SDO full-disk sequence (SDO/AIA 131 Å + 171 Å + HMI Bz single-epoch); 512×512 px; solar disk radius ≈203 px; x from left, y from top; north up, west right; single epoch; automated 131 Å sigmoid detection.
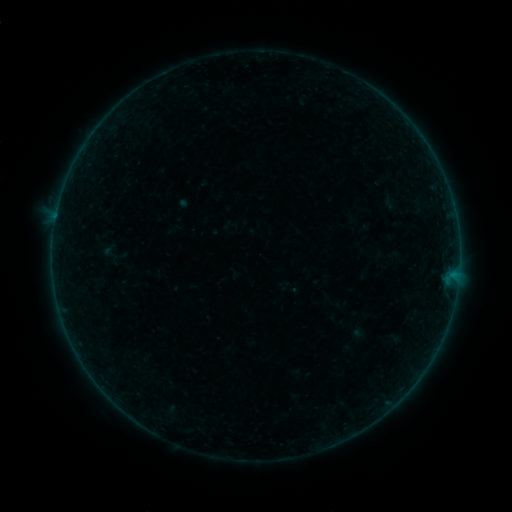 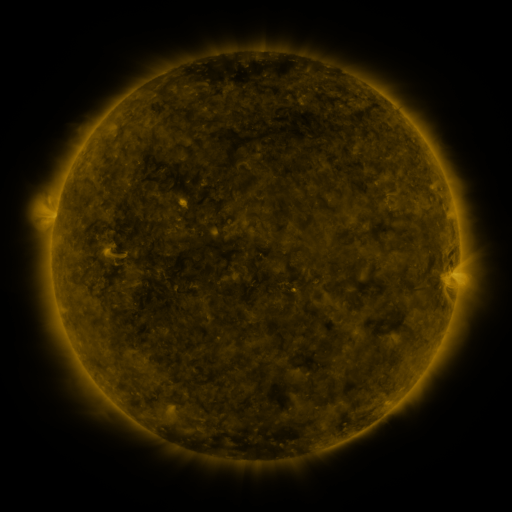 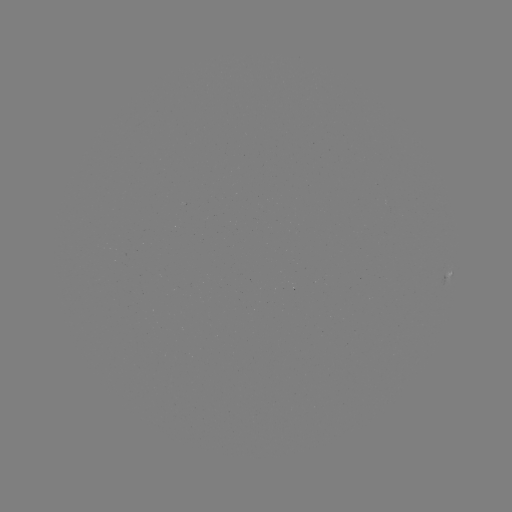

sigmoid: <bbox>101, 243, 119, 260</bbox>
